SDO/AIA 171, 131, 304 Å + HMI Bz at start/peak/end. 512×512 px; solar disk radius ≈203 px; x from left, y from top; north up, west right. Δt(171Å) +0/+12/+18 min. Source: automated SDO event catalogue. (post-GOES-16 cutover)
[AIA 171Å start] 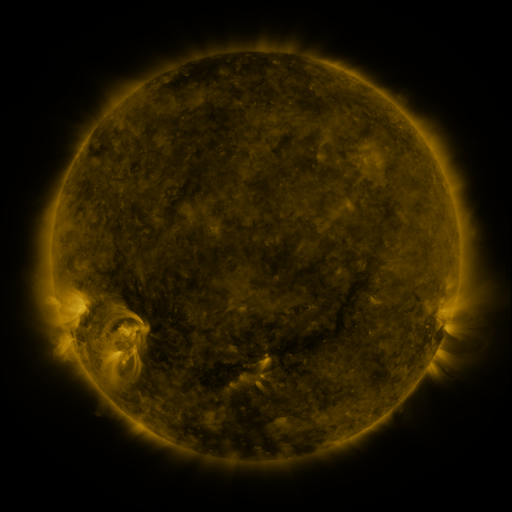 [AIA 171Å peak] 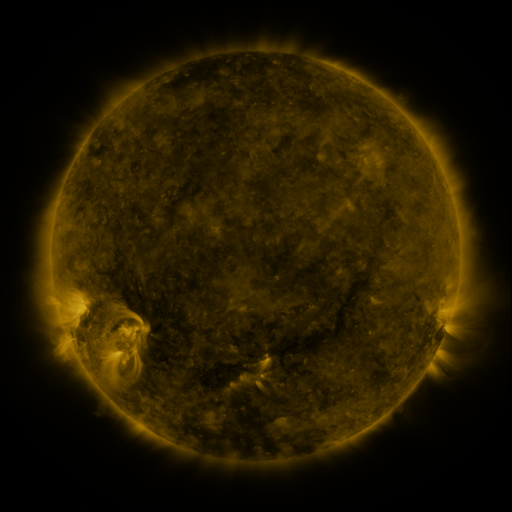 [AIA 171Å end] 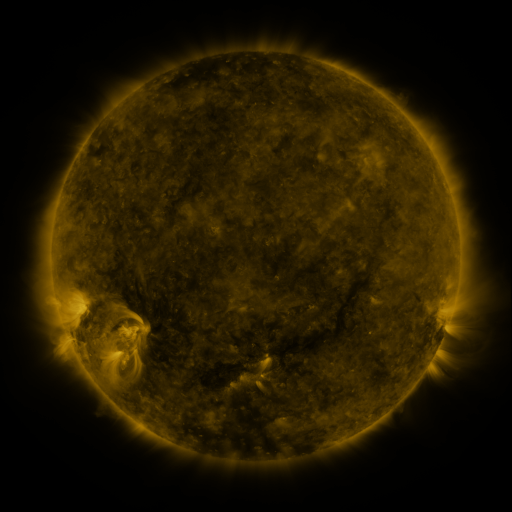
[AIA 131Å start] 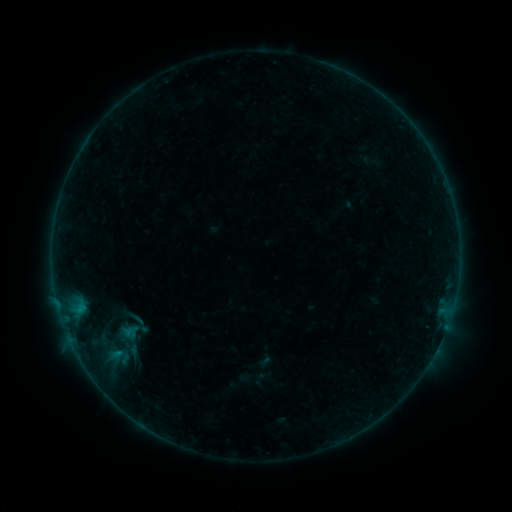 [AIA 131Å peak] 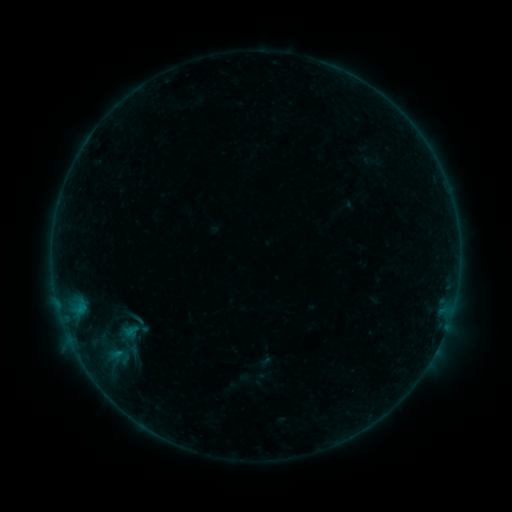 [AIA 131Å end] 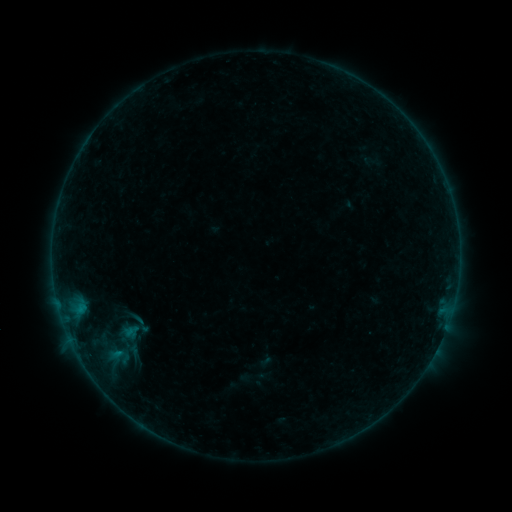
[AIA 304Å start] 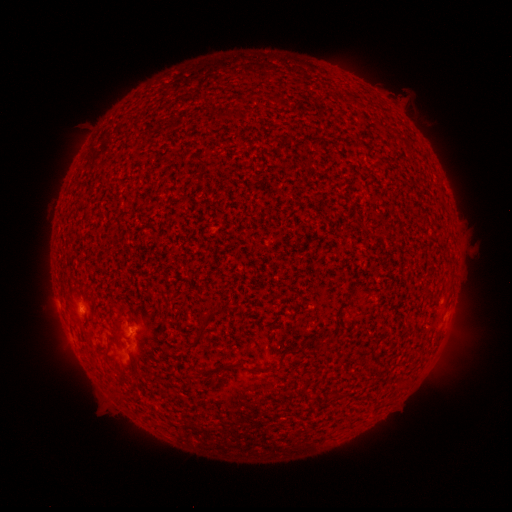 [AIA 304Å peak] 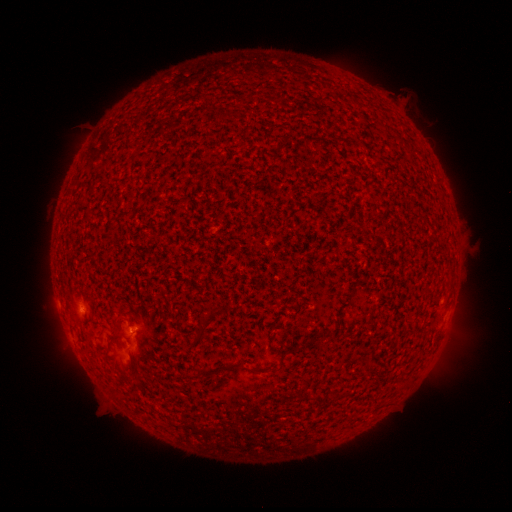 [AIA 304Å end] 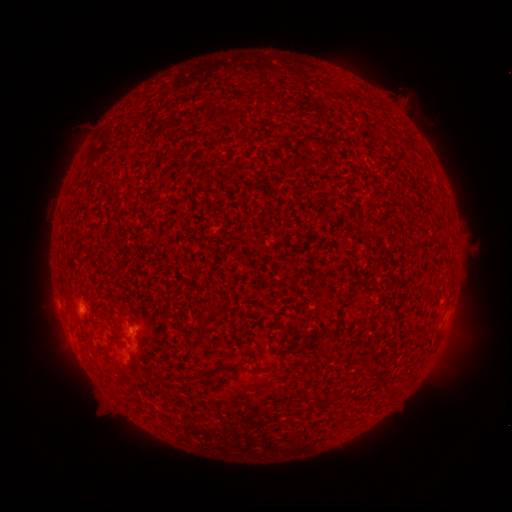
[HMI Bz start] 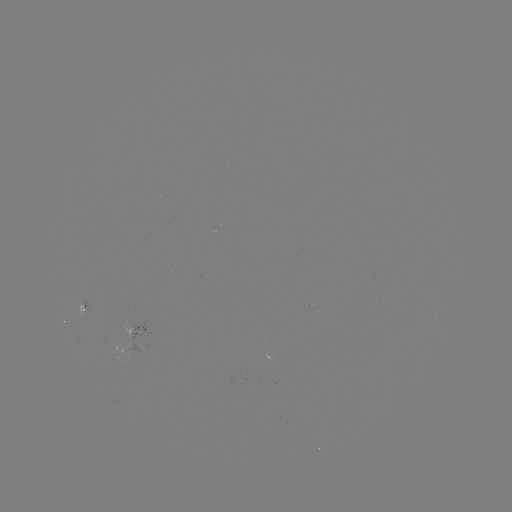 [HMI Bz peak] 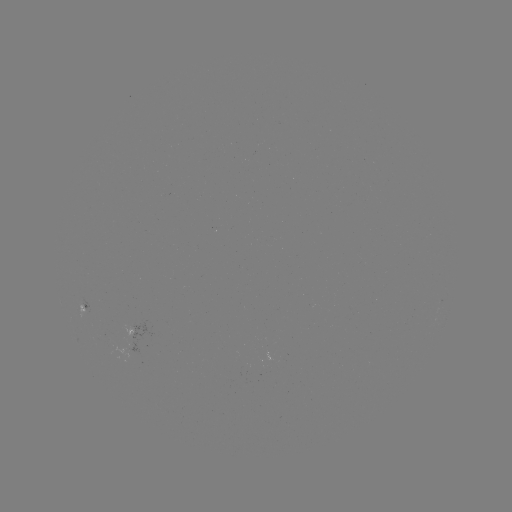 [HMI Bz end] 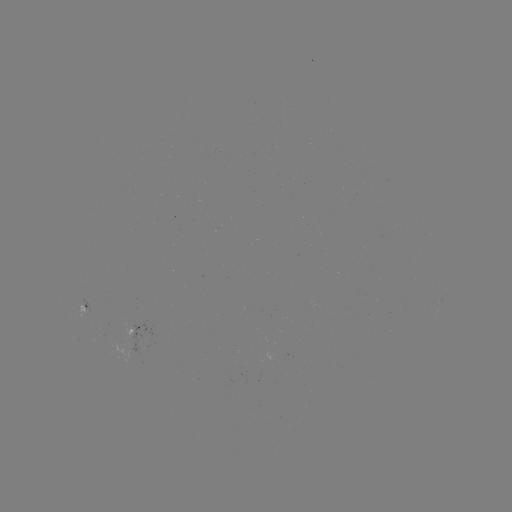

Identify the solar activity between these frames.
B1.4 flare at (131, 329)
